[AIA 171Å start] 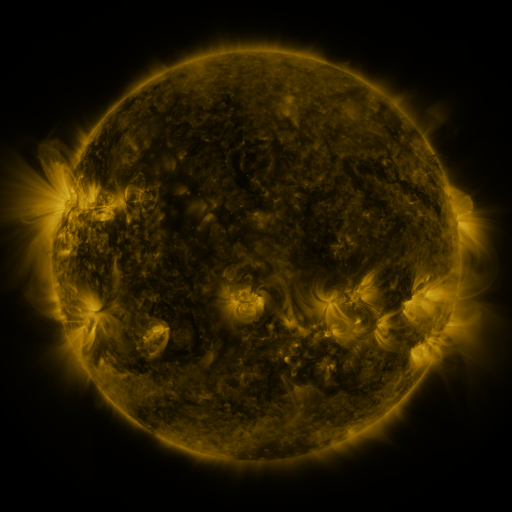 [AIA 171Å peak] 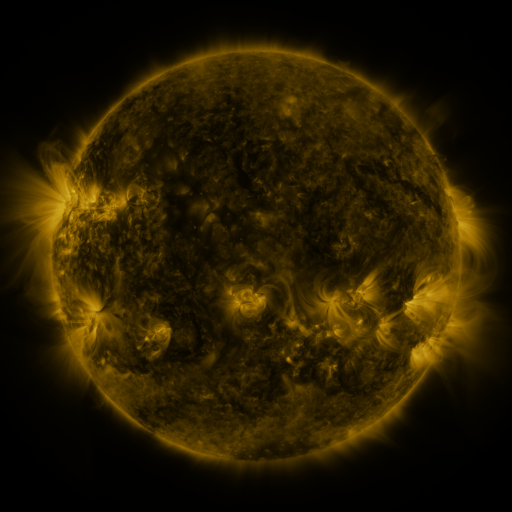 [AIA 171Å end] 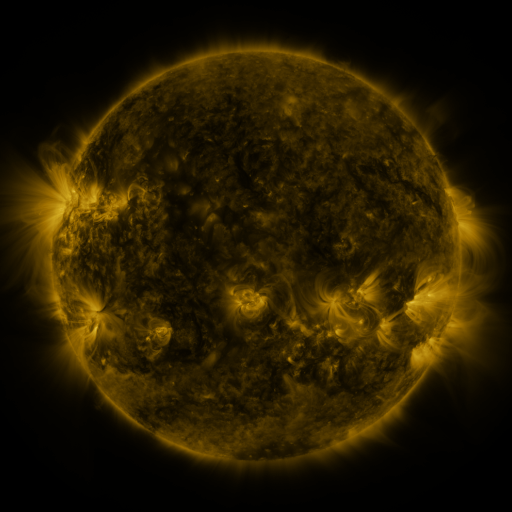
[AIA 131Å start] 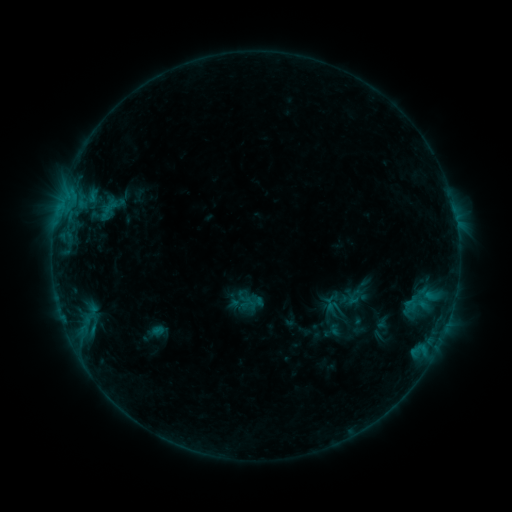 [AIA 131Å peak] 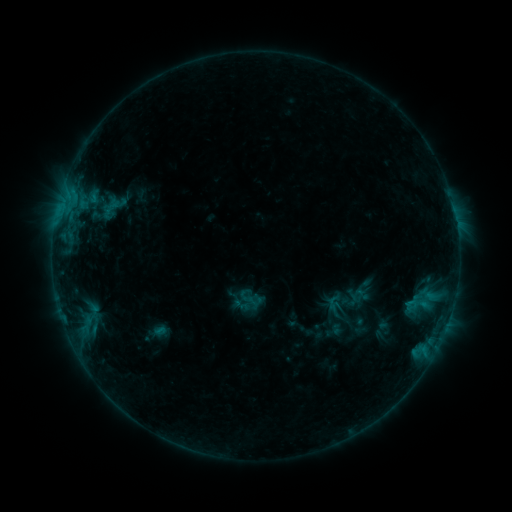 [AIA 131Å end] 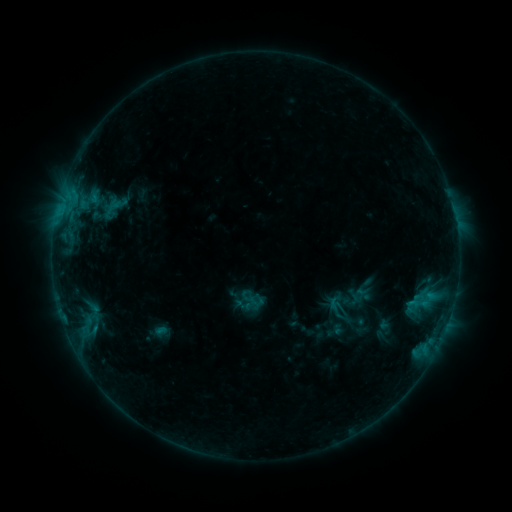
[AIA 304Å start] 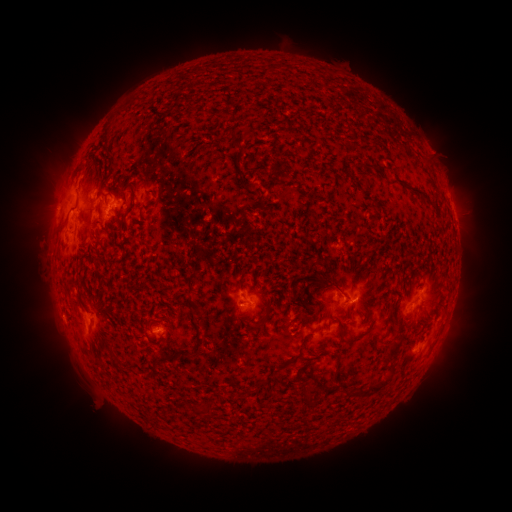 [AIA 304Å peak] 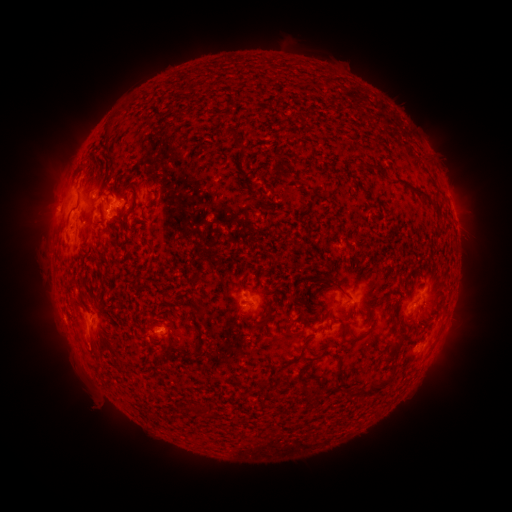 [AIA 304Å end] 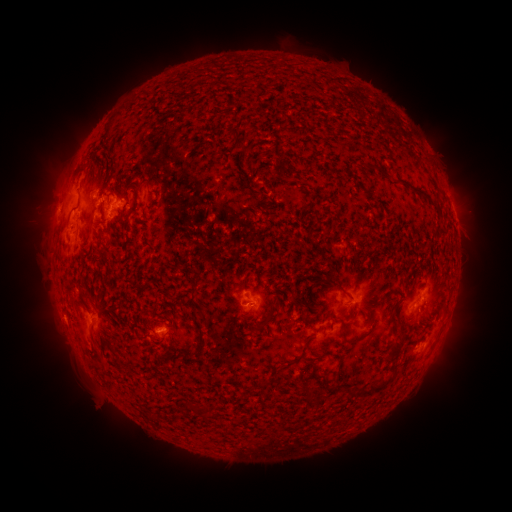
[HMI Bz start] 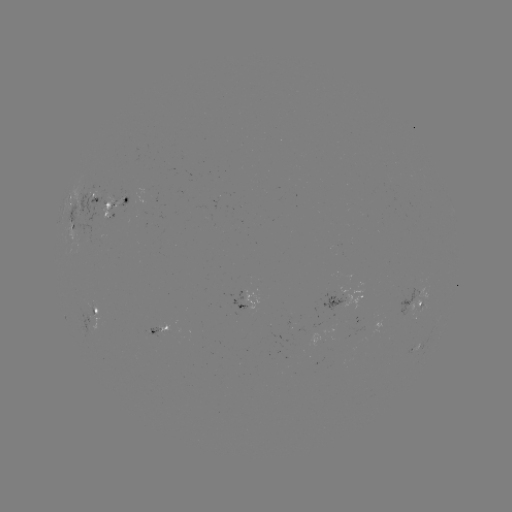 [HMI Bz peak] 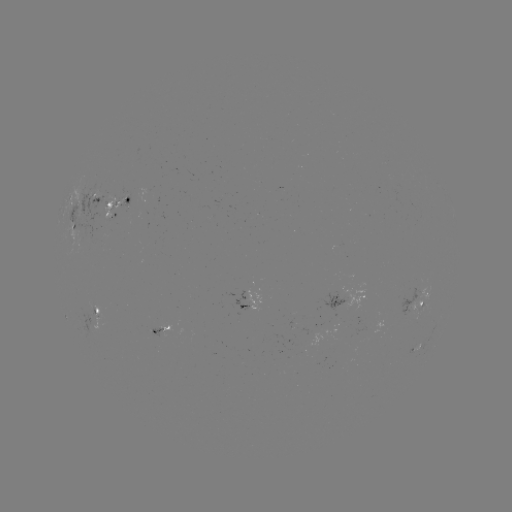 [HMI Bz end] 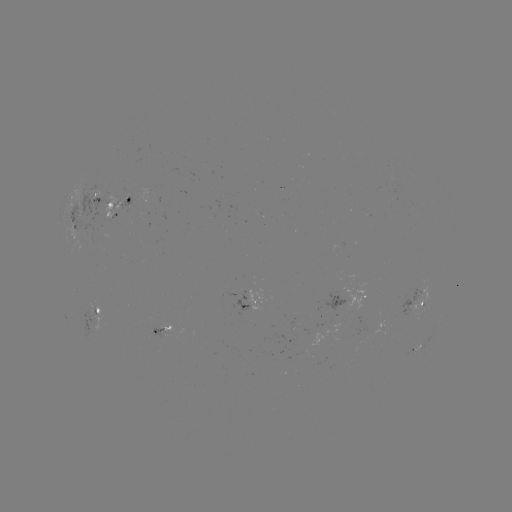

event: emerging-flux region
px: (109, 219)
